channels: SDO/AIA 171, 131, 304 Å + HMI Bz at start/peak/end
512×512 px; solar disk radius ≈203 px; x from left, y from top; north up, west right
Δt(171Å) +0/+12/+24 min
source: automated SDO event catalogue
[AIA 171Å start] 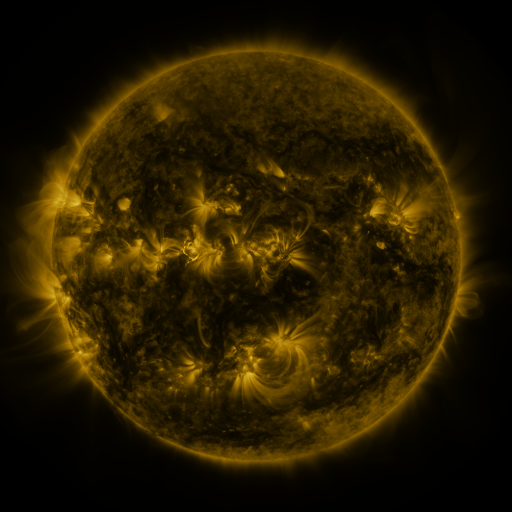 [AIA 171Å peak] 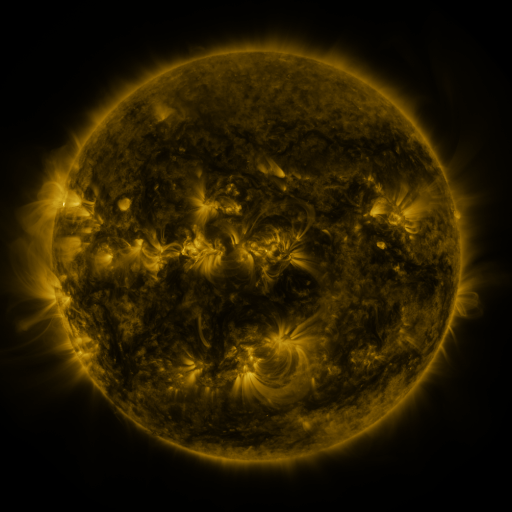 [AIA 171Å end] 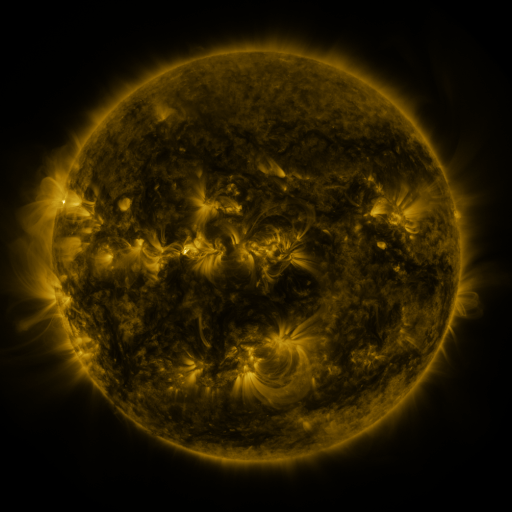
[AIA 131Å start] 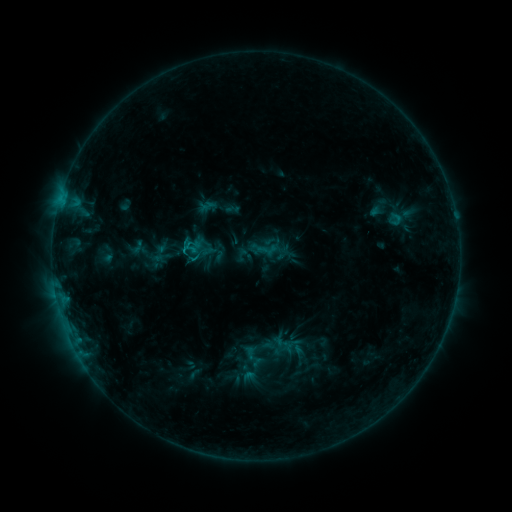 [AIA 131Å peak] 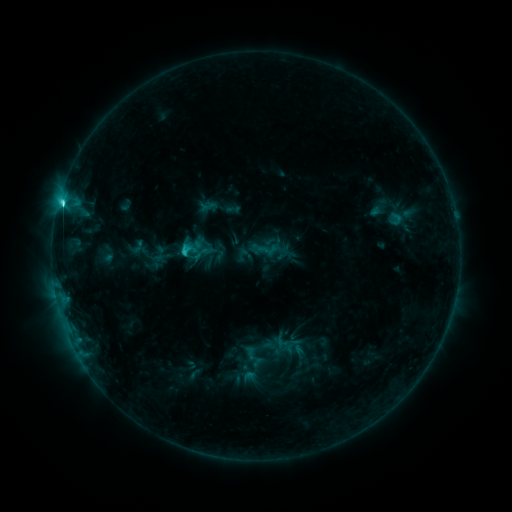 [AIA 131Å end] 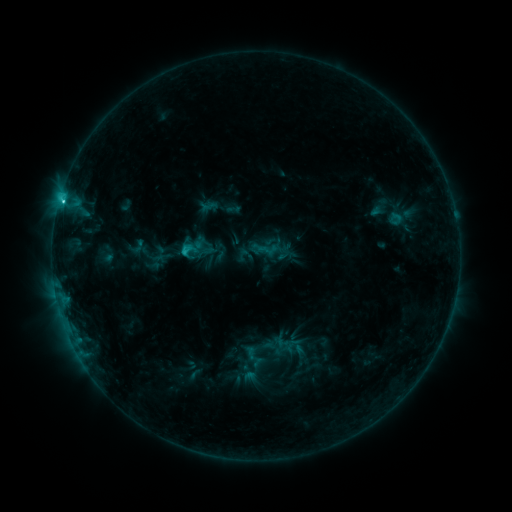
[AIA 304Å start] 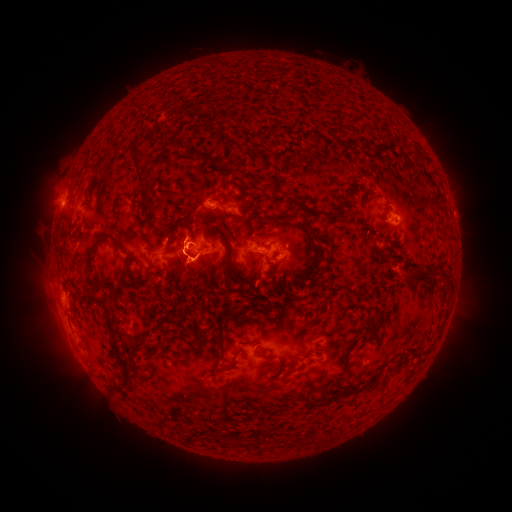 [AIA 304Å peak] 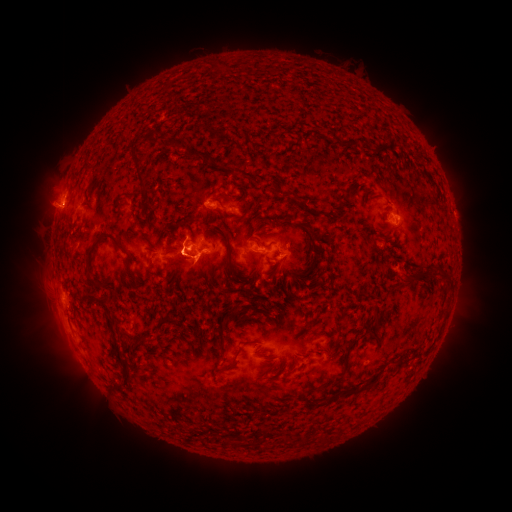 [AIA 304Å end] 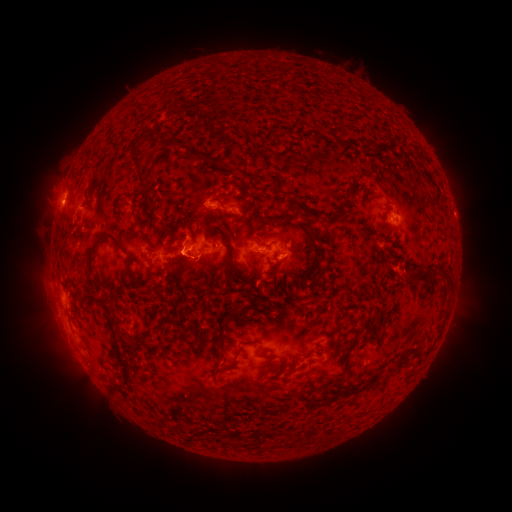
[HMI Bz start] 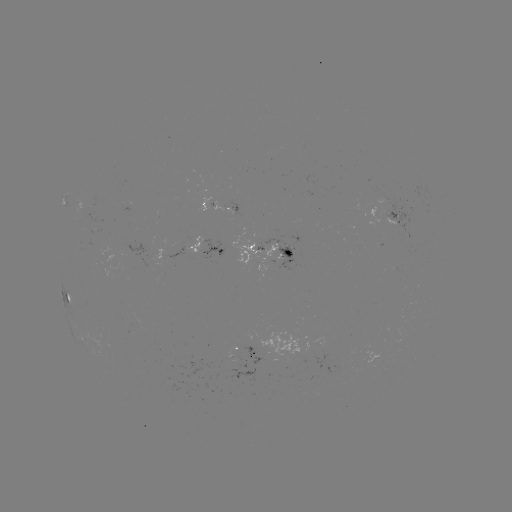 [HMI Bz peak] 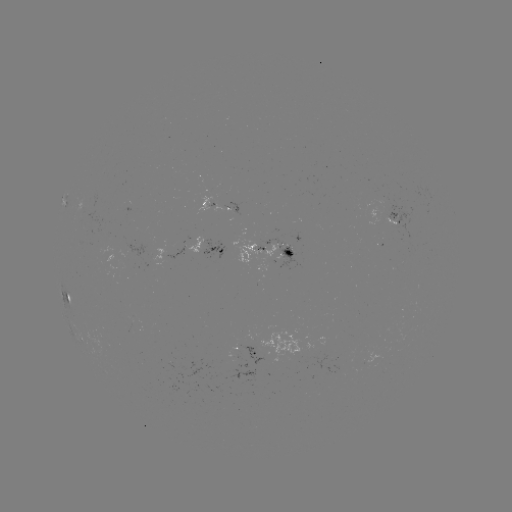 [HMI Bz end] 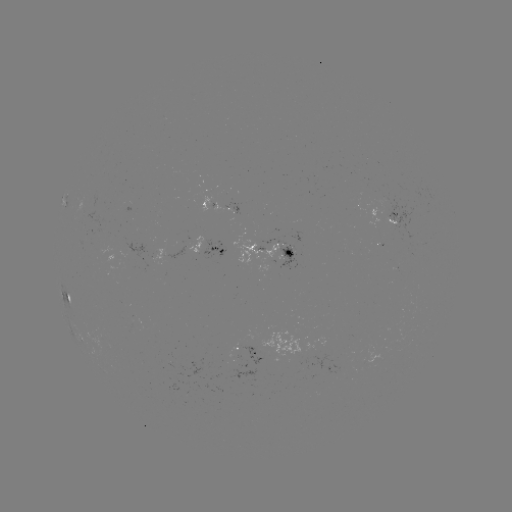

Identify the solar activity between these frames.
C3.6 flare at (62, 207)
